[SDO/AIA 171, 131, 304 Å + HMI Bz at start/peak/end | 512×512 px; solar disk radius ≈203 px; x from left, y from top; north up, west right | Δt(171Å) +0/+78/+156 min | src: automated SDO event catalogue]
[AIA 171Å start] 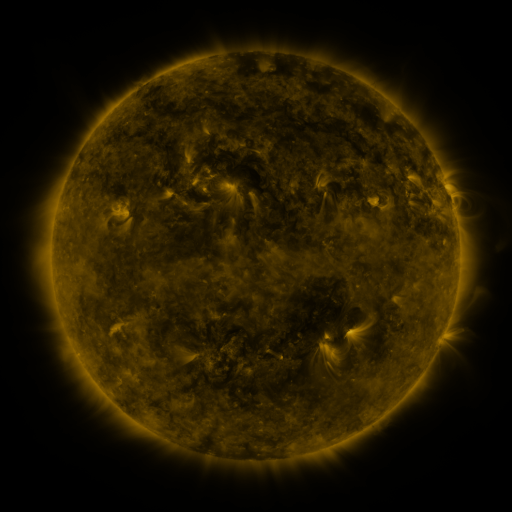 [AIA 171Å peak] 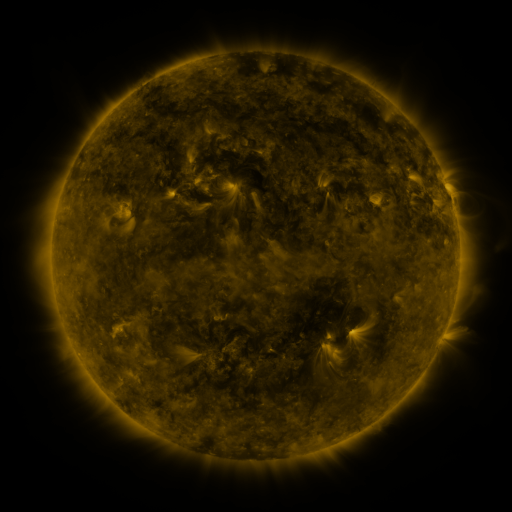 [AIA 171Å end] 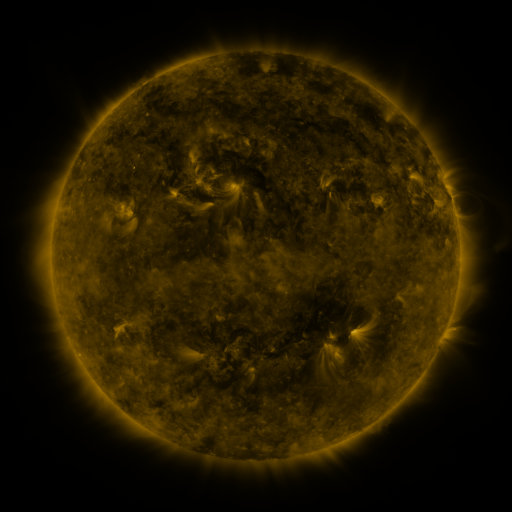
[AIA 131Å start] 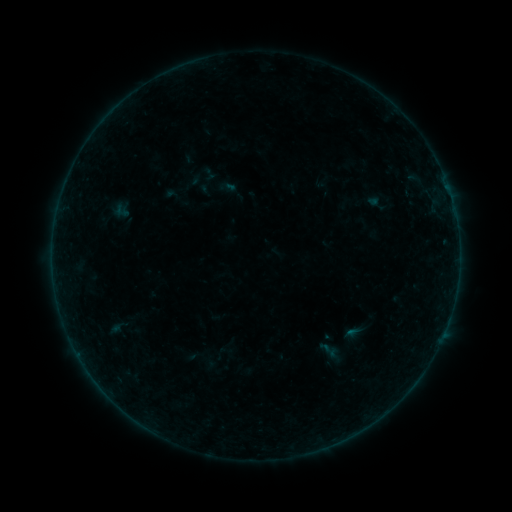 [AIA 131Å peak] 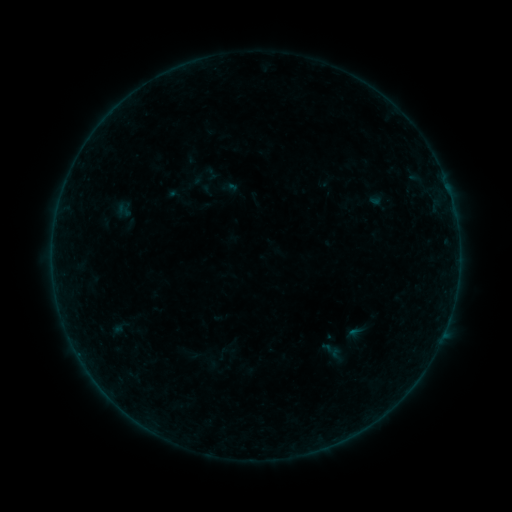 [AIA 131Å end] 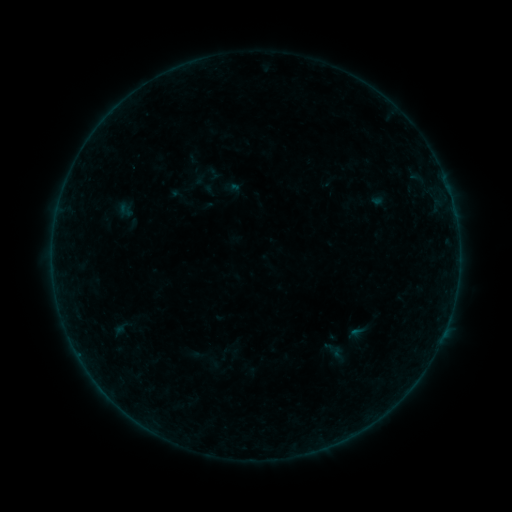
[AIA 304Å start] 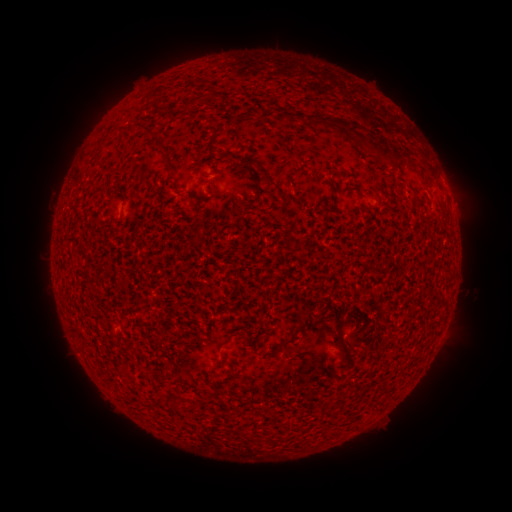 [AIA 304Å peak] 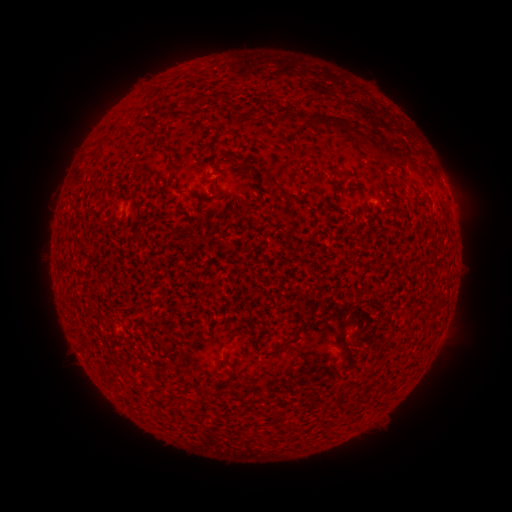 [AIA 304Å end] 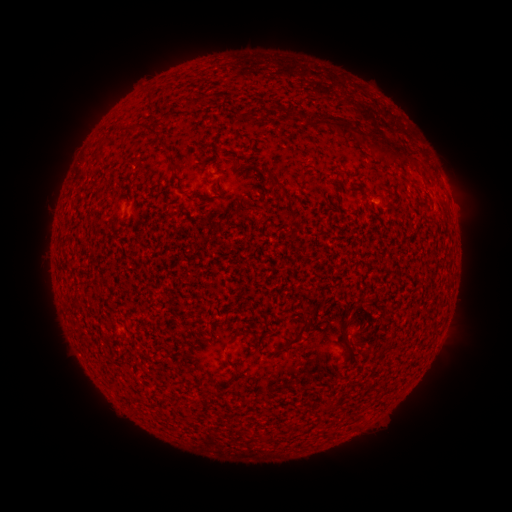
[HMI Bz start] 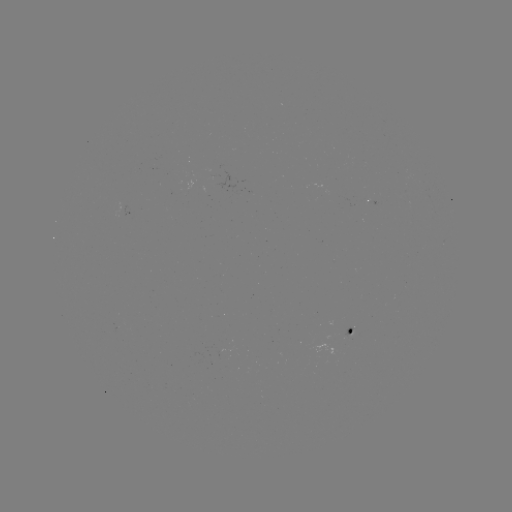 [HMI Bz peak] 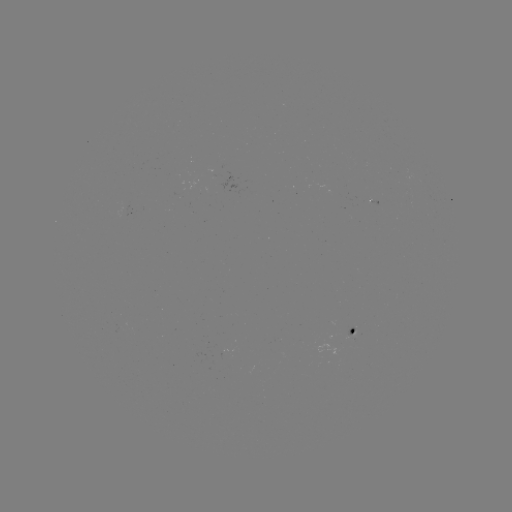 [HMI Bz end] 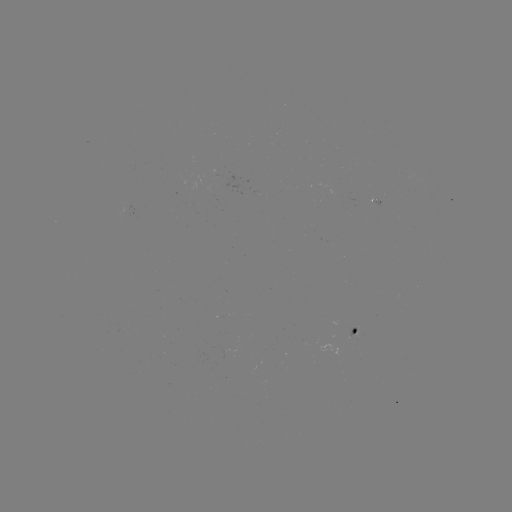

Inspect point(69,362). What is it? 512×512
filament eruption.